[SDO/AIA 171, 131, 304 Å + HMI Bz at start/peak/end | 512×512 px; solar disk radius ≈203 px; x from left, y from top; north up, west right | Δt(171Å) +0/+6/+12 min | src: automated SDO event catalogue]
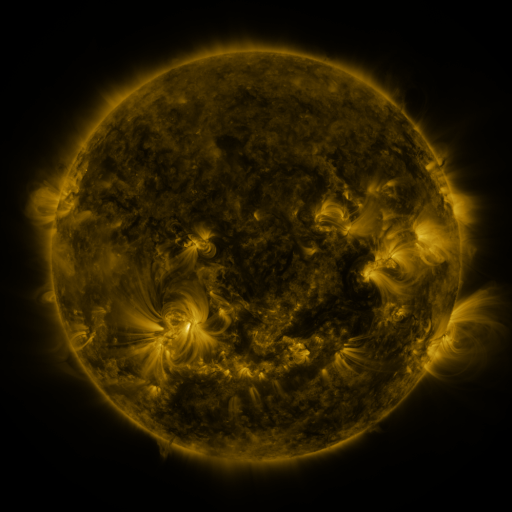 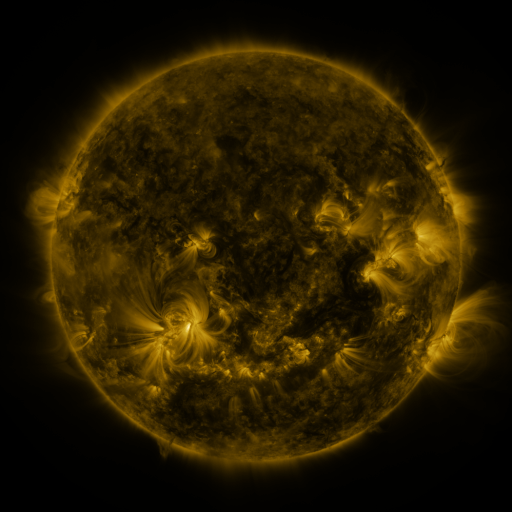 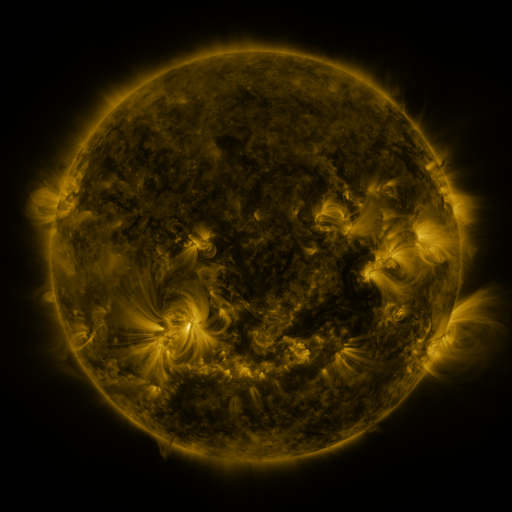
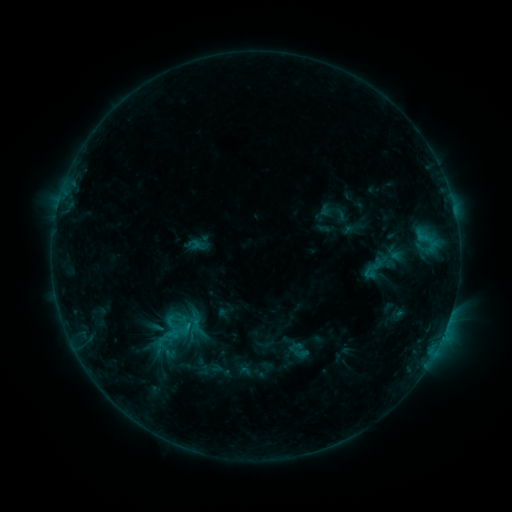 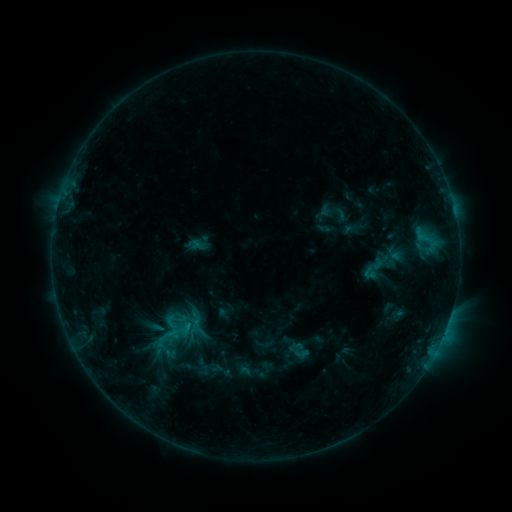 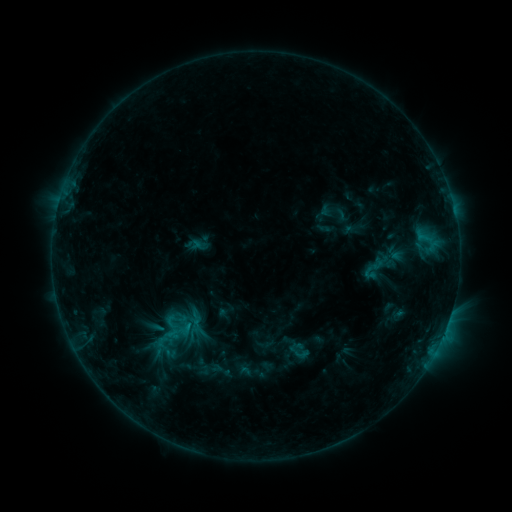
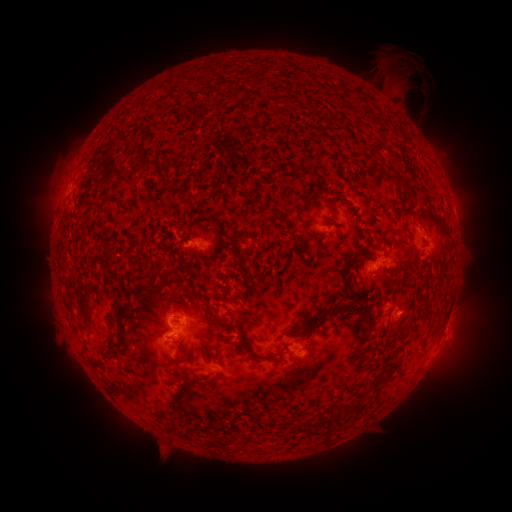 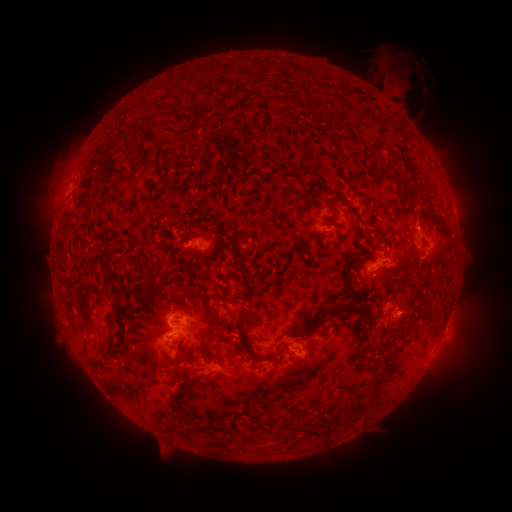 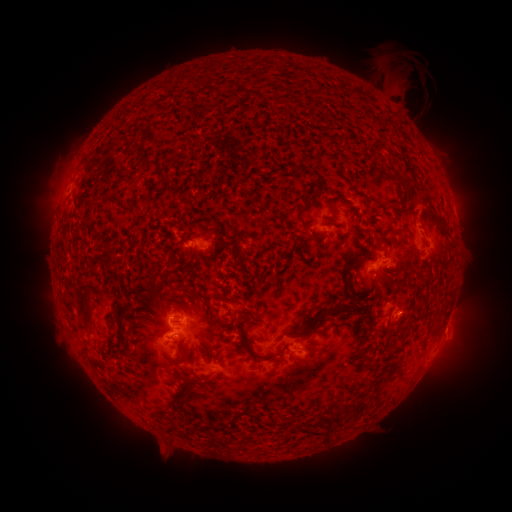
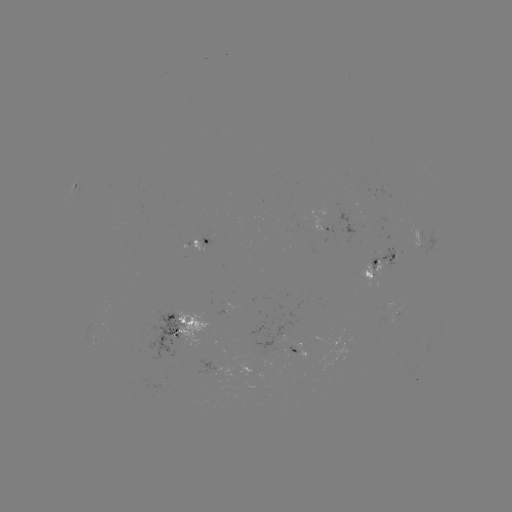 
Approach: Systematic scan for eruption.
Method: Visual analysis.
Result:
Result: eruption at [423, 220].